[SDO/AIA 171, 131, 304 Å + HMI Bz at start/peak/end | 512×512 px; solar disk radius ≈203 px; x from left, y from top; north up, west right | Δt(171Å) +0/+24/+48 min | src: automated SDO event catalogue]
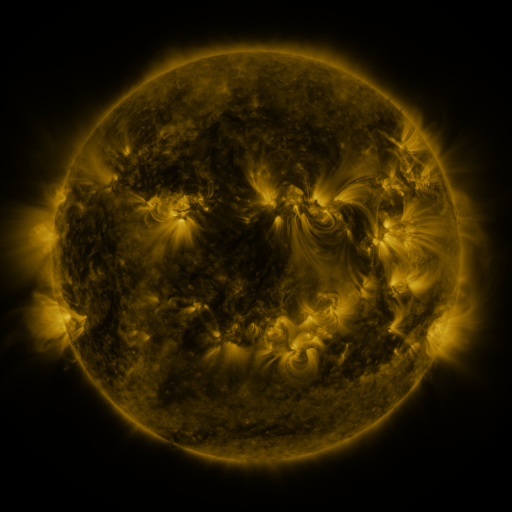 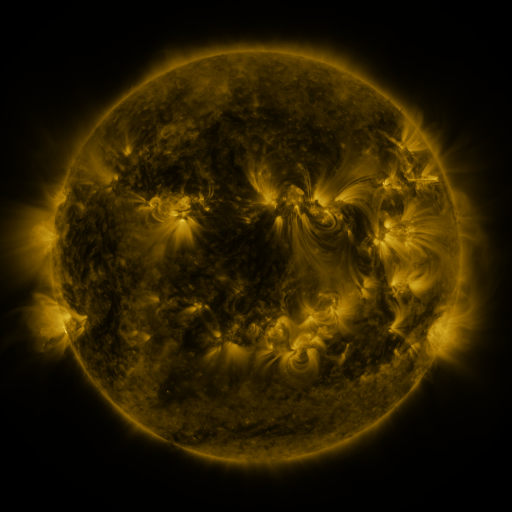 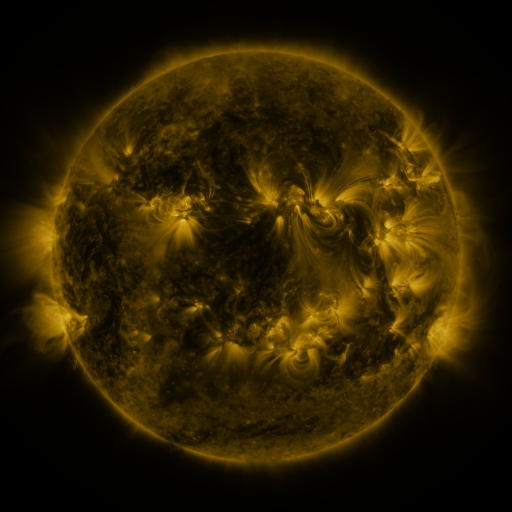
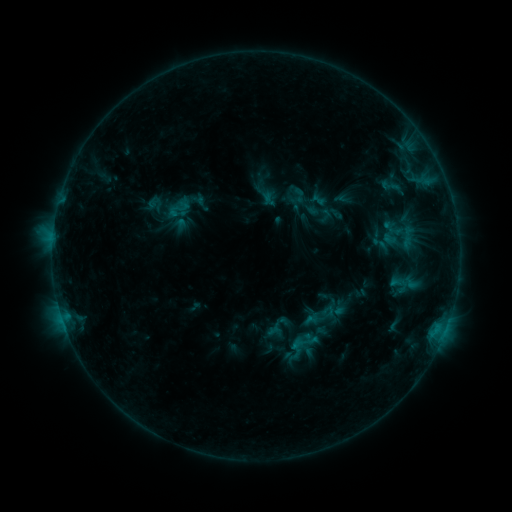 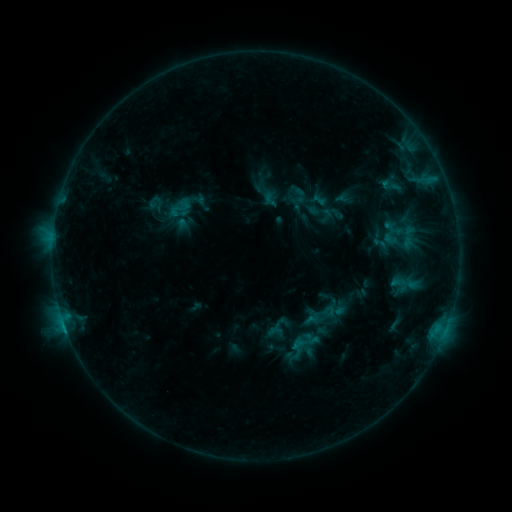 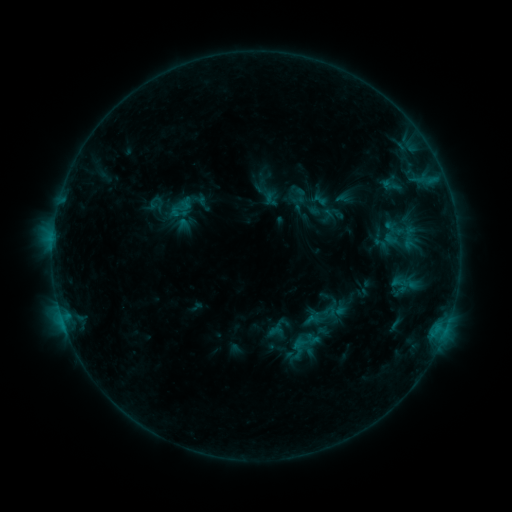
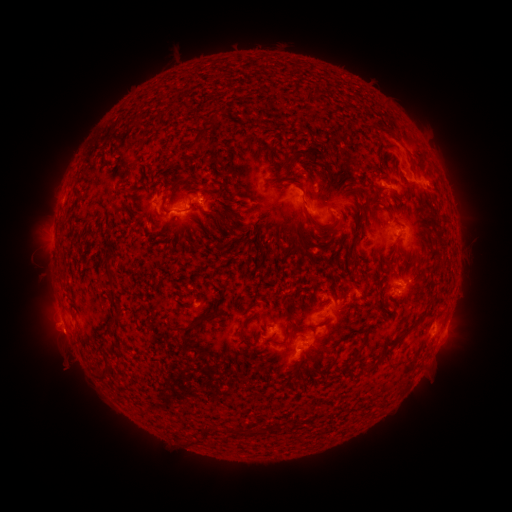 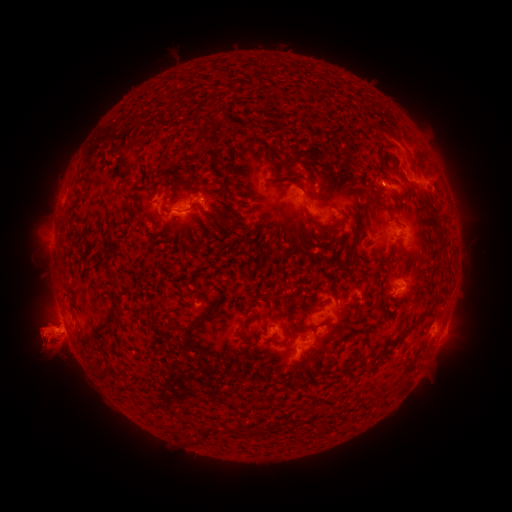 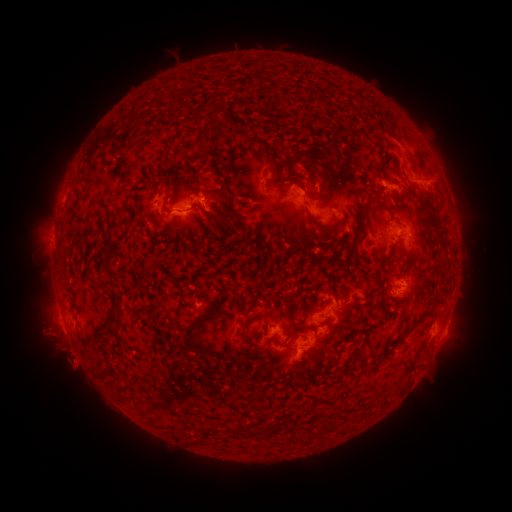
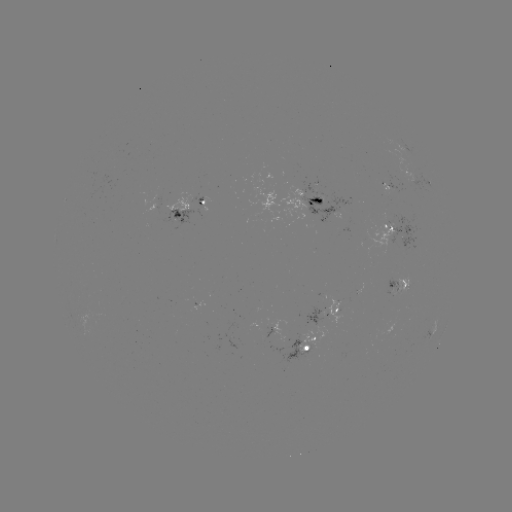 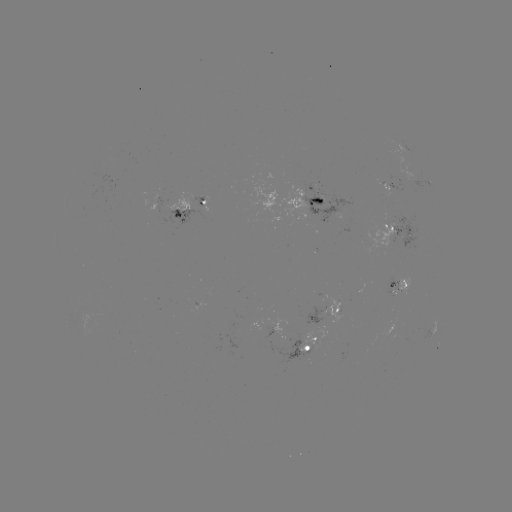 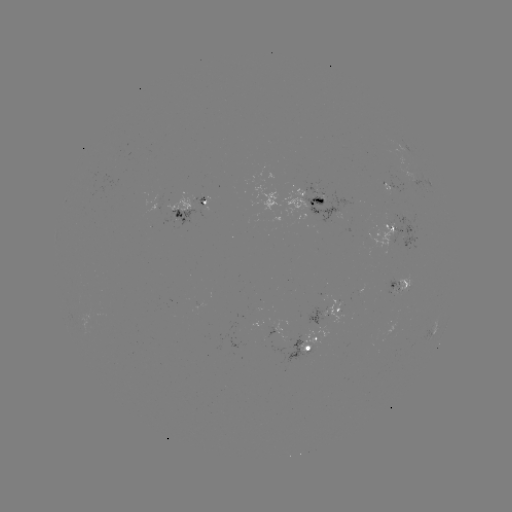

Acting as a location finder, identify eruption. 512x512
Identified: (52, 339).